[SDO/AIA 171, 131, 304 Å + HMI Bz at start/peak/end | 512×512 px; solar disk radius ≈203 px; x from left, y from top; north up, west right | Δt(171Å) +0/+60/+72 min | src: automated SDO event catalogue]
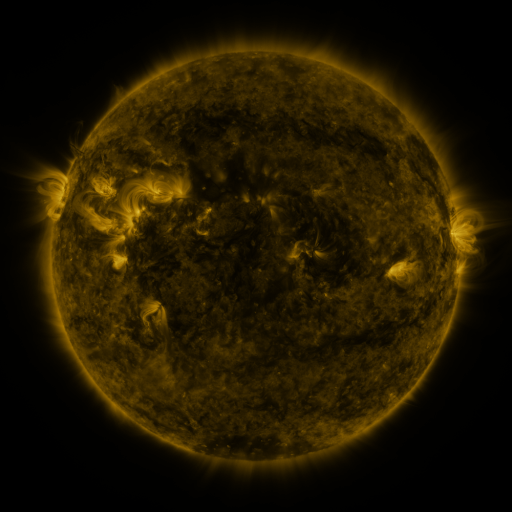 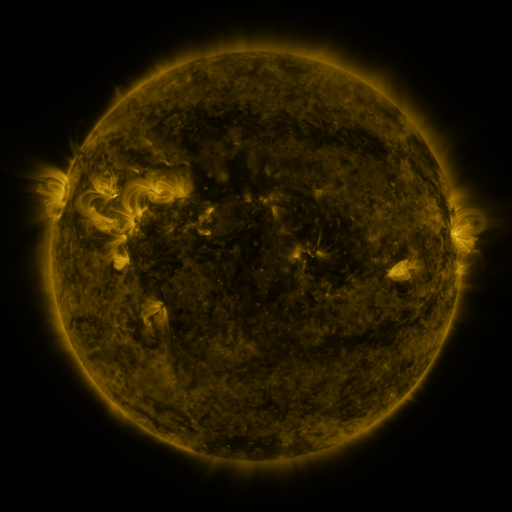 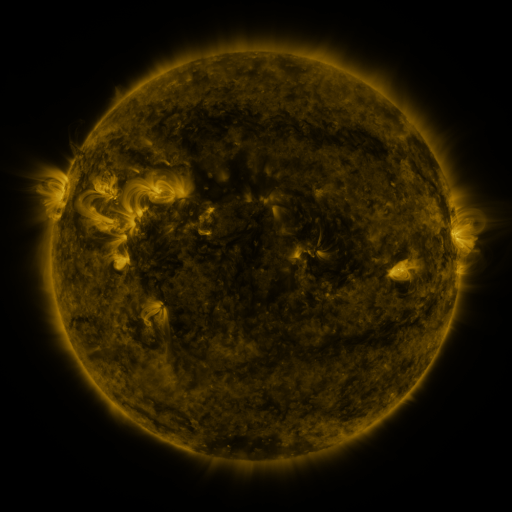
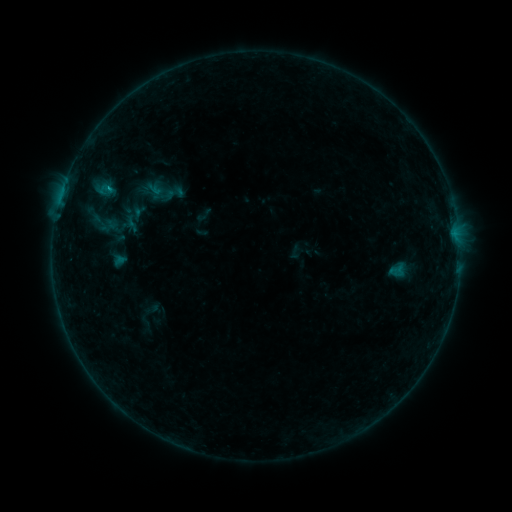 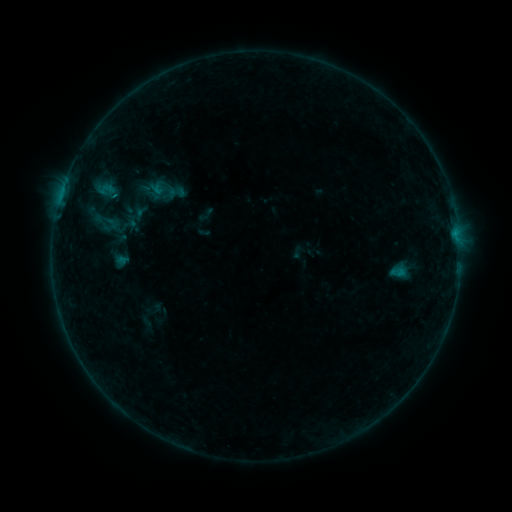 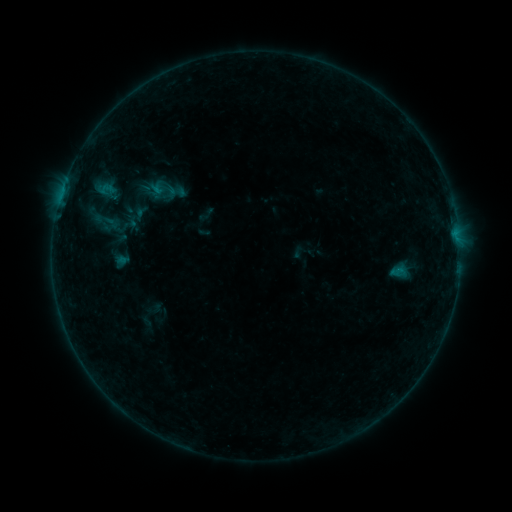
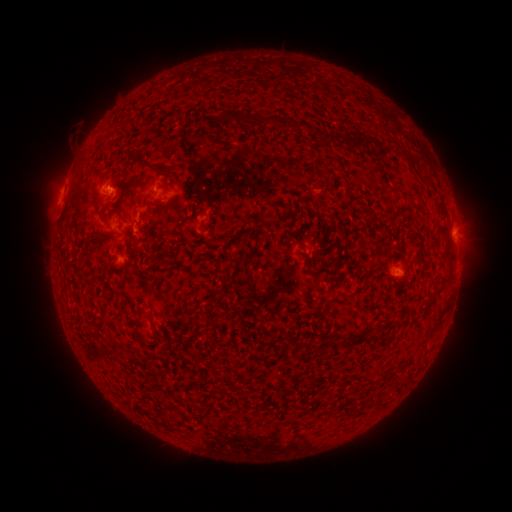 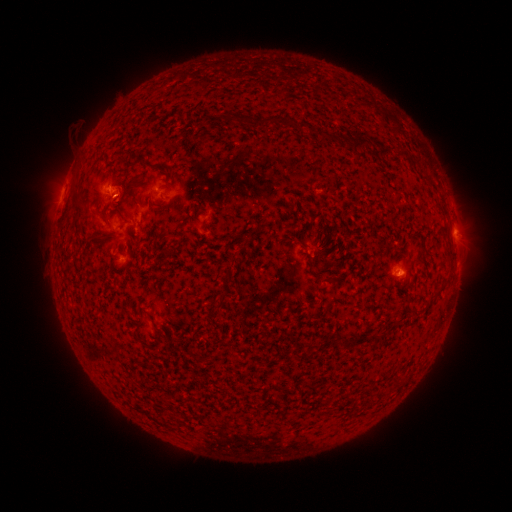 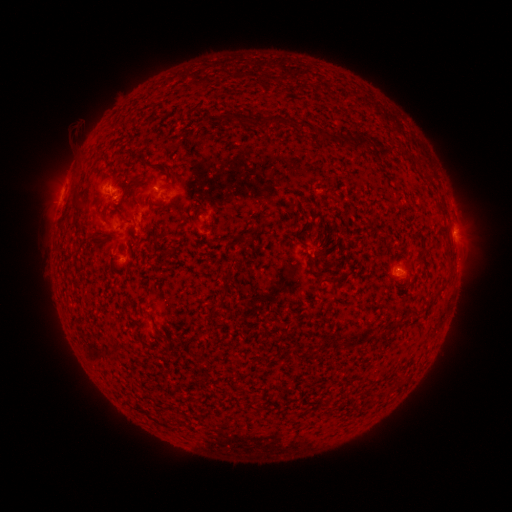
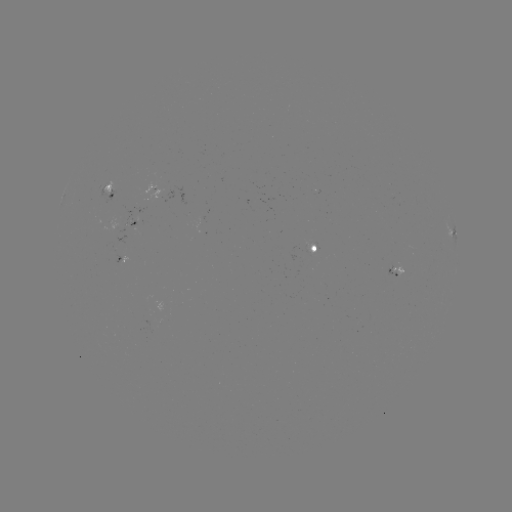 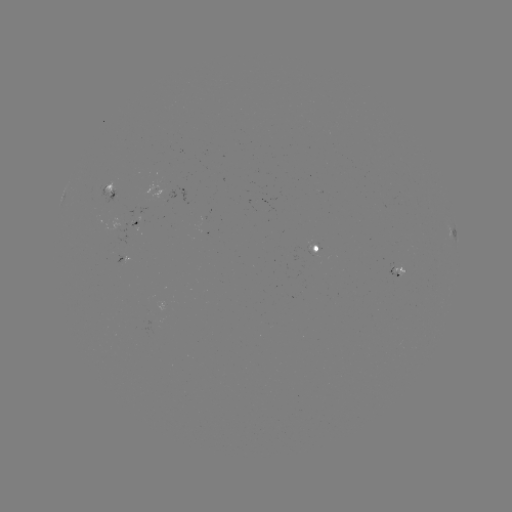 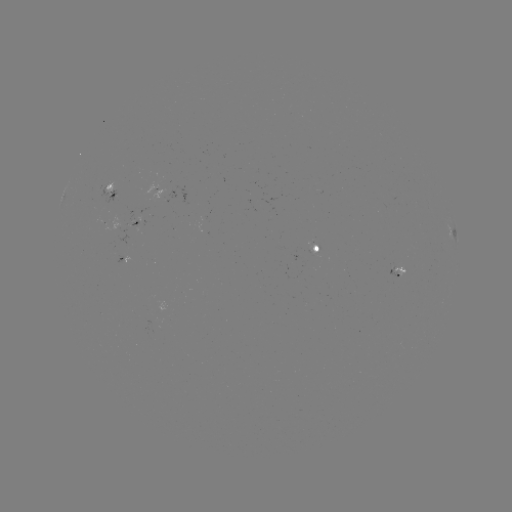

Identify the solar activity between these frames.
emerging-flux region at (109, 195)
